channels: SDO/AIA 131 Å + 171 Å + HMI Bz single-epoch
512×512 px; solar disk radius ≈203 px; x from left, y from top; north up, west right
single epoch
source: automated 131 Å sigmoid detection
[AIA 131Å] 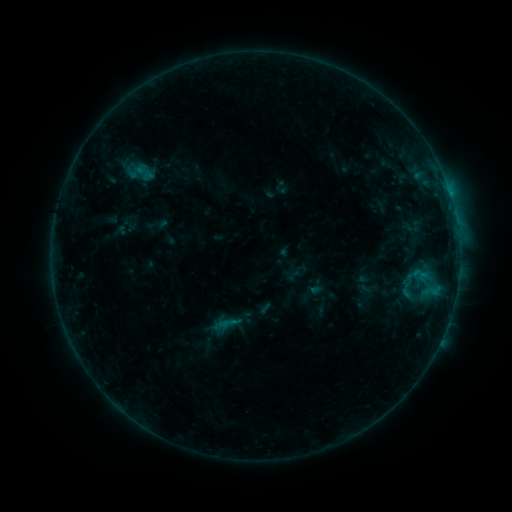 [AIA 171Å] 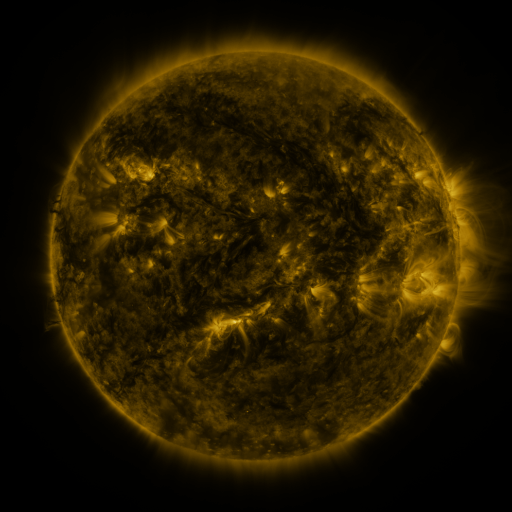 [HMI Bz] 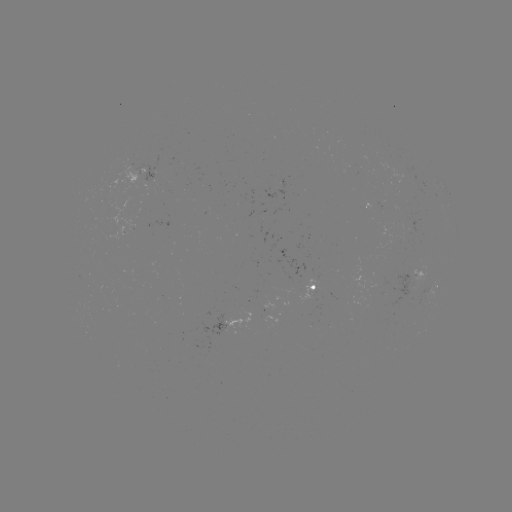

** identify sigmoid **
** [141, 172] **